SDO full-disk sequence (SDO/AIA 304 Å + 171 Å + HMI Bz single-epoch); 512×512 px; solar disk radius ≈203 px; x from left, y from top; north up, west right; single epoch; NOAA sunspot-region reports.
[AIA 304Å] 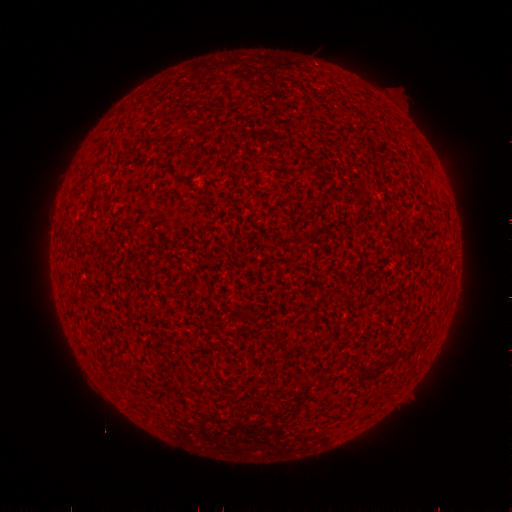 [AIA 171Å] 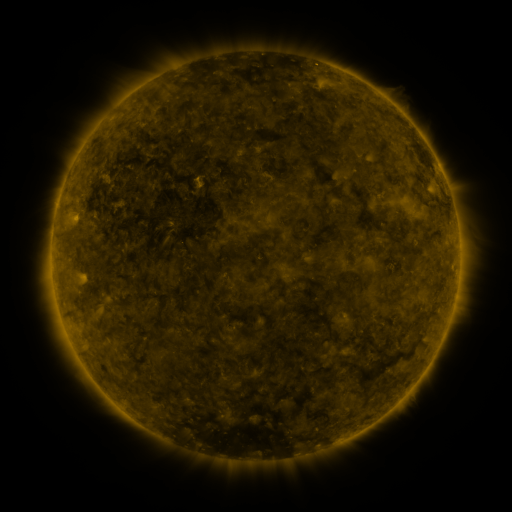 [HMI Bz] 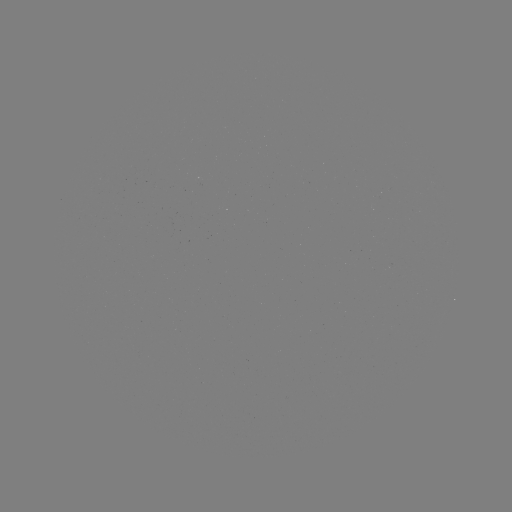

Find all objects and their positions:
(none)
